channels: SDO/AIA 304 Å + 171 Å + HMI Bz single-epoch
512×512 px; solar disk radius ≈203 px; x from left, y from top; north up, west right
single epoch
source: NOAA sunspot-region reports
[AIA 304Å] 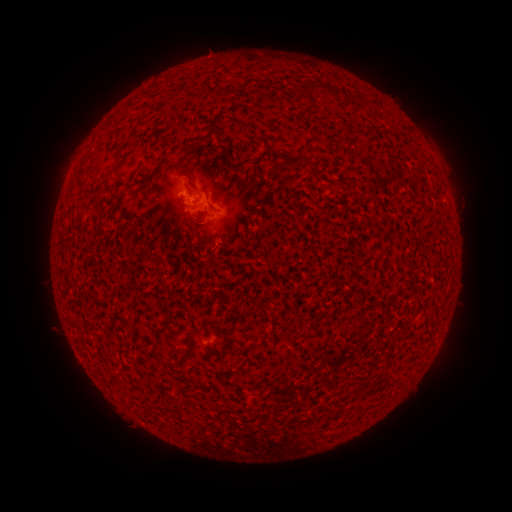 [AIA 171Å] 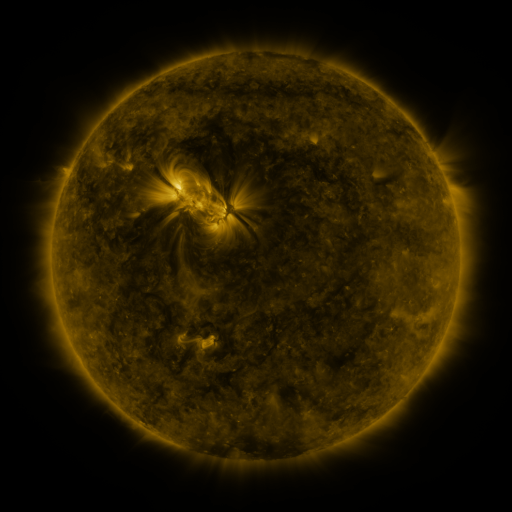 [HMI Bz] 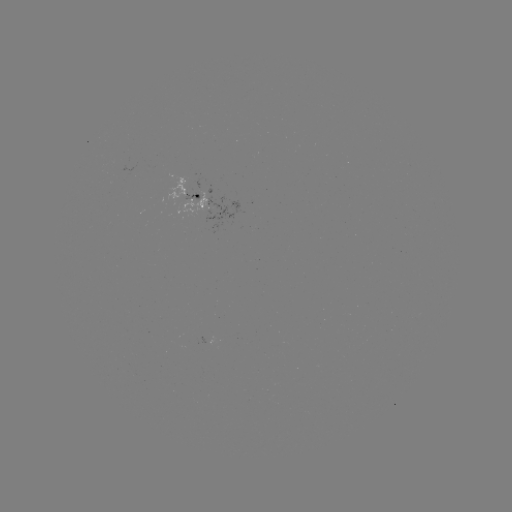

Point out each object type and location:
spotted active region: (190, 196)
spotted active region: (216, 342)
